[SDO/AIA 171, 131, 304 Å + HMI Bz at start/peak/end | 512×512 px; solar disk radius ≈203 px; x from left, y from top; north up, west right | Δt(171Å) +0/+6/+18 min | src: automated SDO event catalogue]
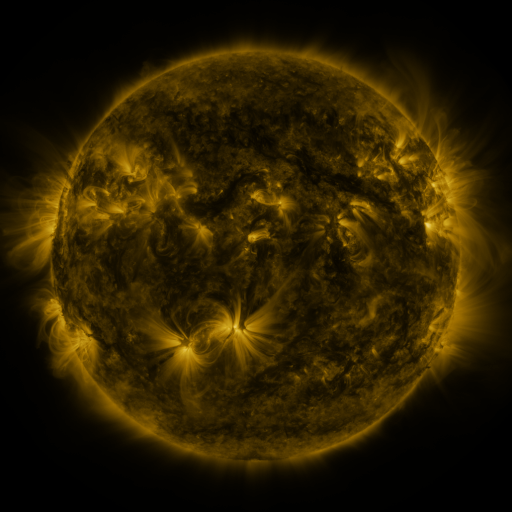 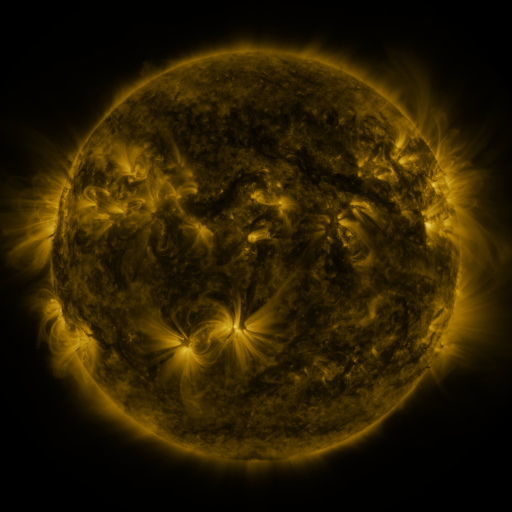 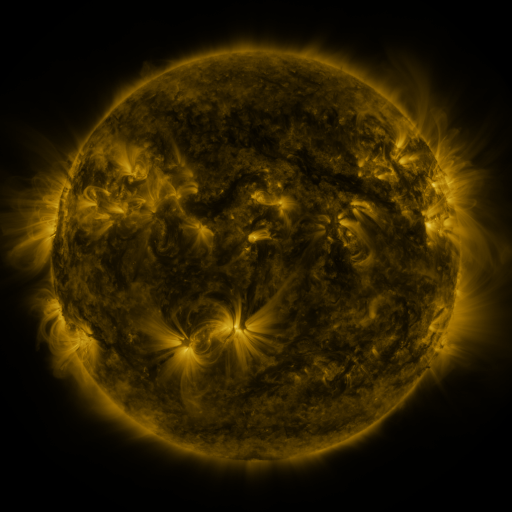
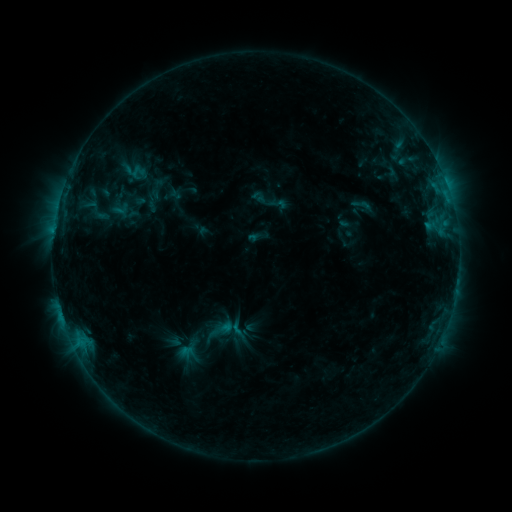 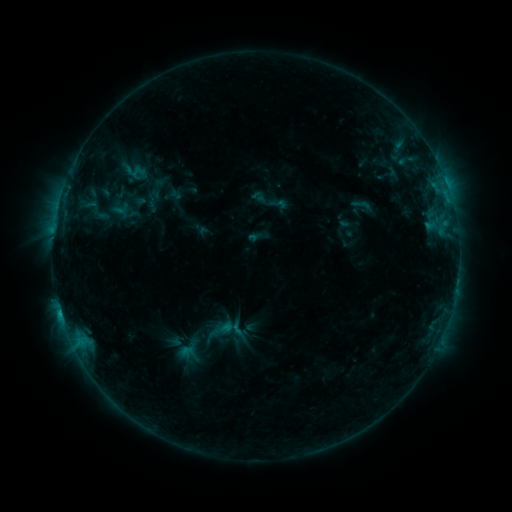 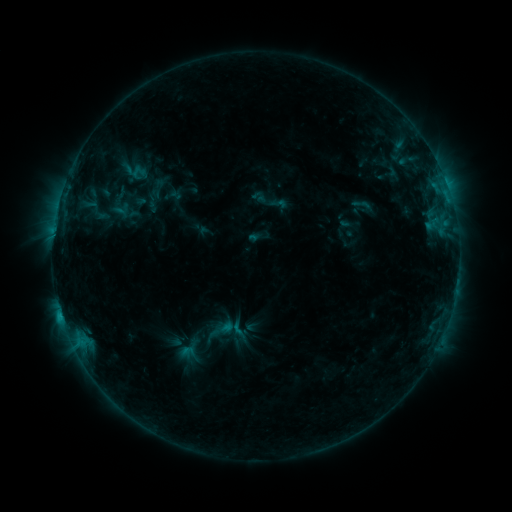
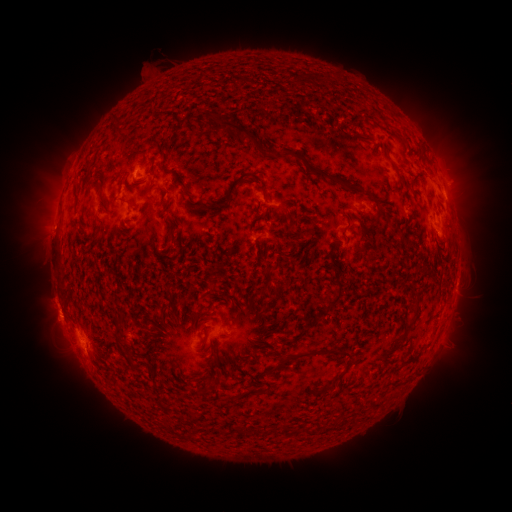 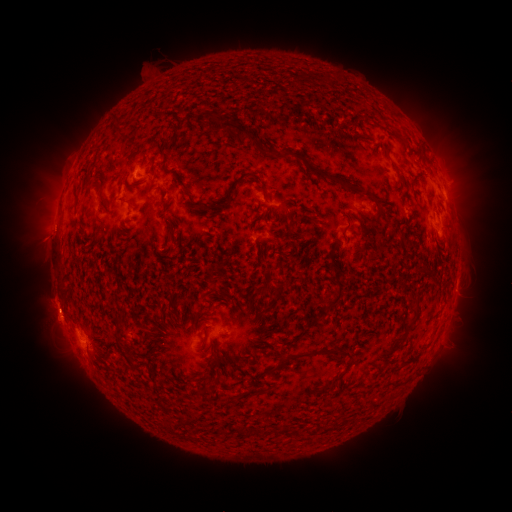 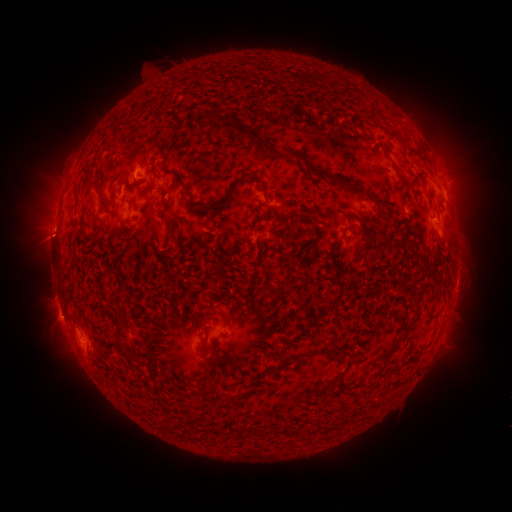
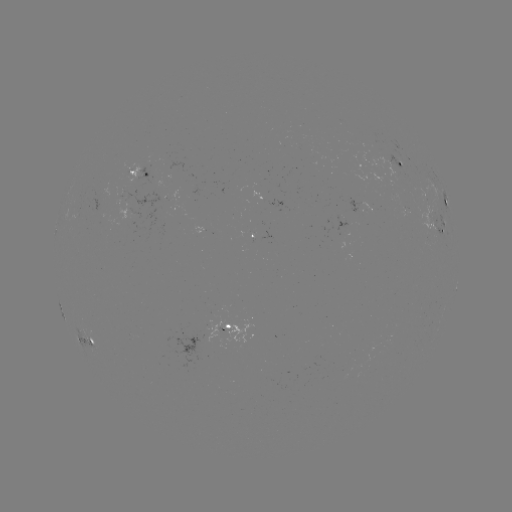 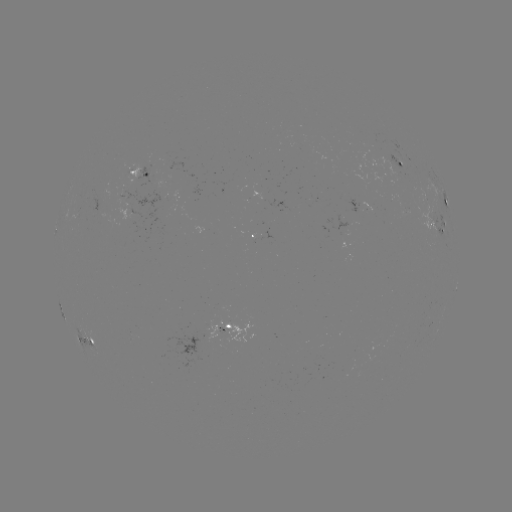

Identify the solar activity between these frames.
C1.3 flare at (60, 312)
